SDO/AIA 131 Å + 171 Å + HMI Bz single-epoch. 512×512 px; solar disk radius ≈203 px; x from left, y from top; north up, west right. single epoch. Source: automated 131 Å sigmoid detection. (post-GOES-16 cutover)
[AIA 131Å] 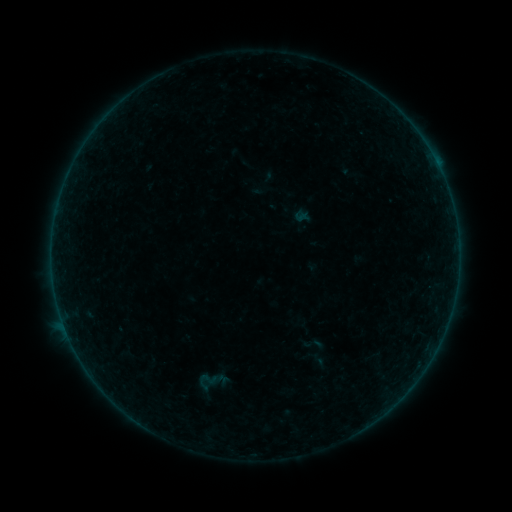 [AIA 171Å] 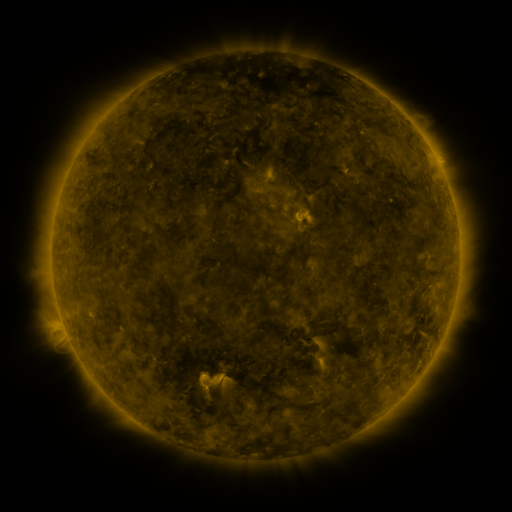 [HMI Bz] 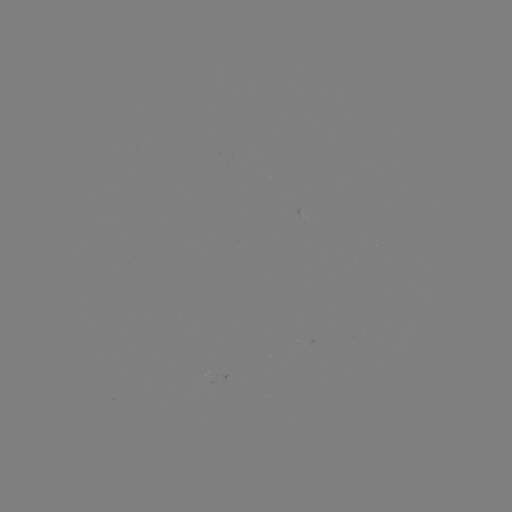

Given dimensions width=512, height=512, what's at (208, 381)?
sigmoid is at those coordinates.